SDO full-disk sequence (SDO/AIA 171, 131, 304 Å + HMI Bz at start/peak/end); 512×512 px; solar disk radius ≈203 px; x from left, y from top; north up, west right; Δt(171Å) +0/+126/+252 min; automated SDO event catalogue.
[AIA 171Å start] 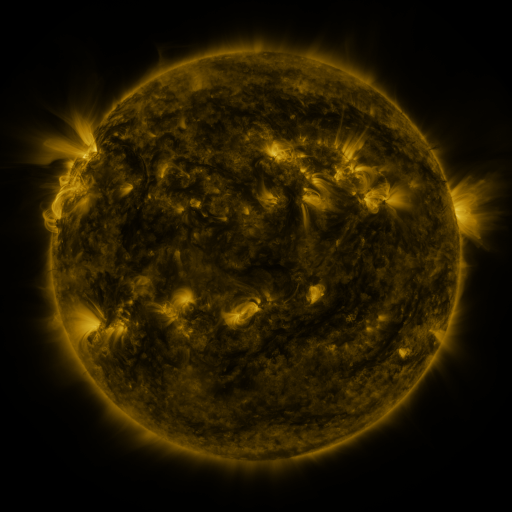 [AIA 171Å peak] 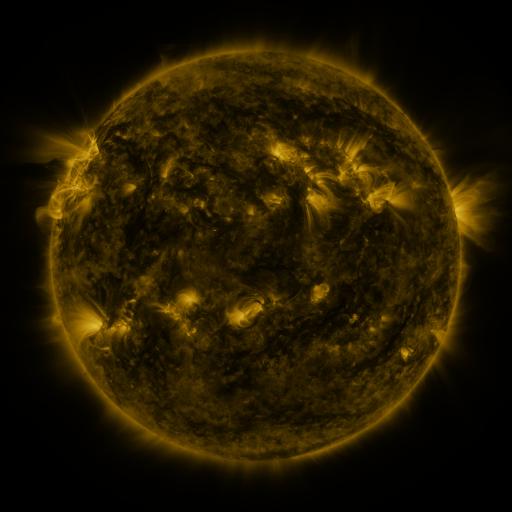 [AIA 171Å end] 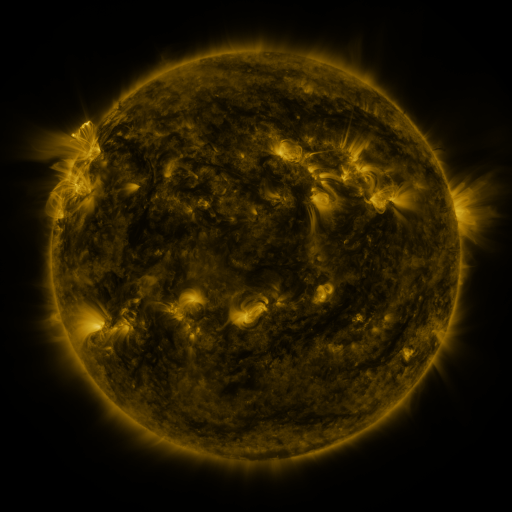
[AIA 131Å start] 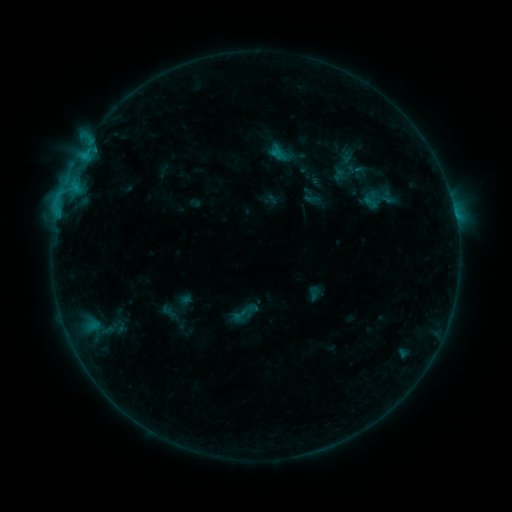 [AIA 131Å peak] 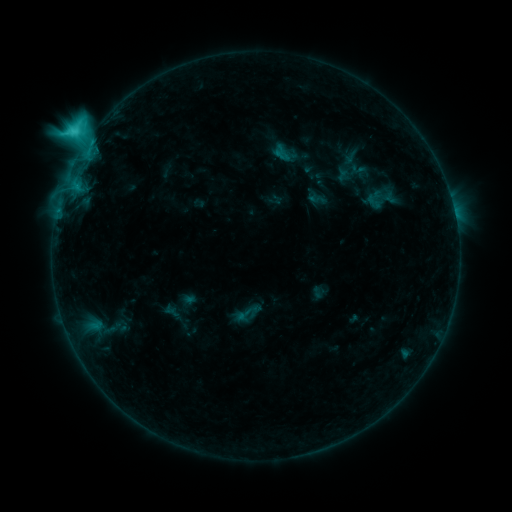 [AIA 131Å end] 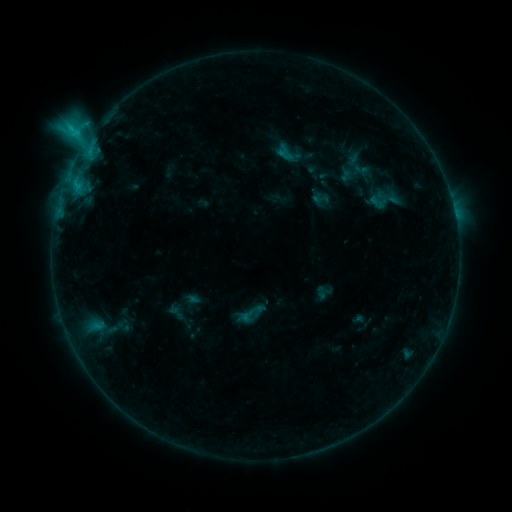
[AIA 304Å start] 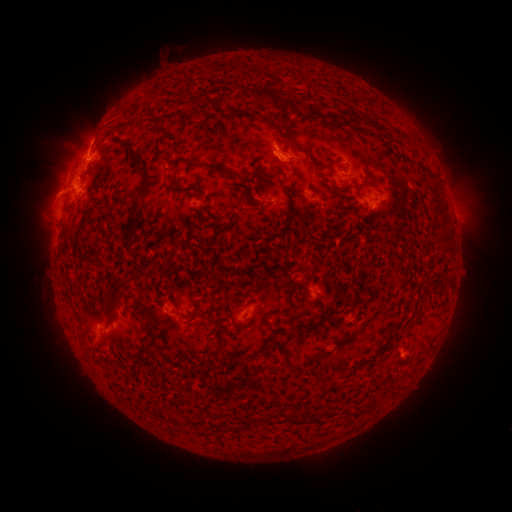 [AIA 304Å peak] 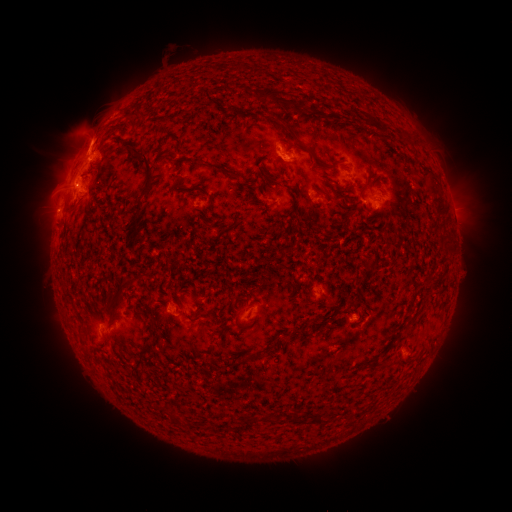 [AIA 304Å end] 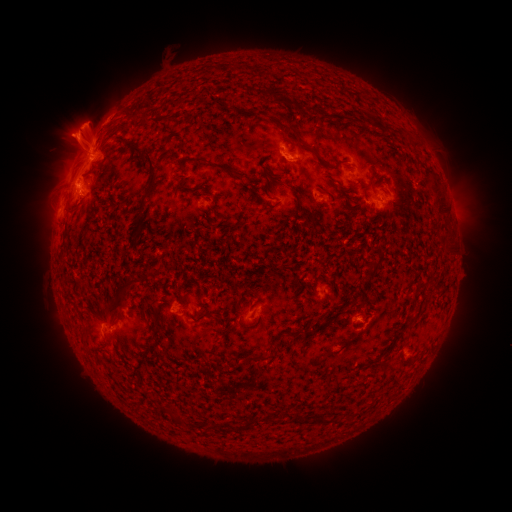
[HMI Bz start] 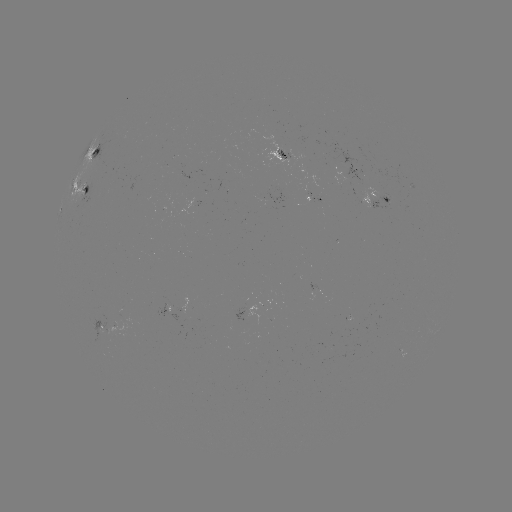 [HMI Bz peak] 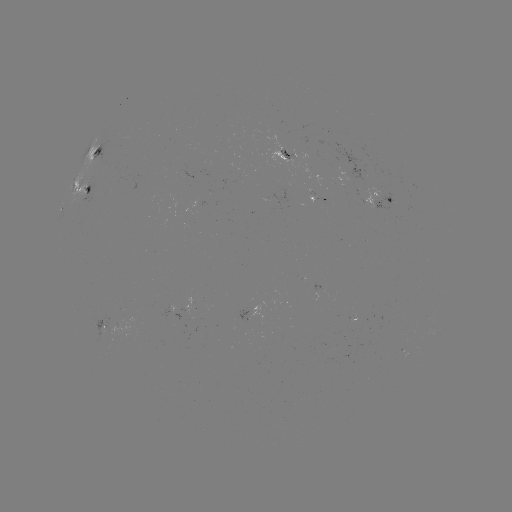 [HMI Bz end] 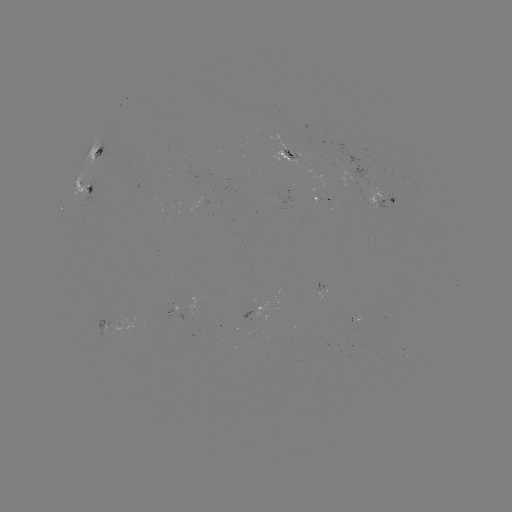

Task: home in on C6.5 flare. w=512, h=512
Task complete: [87, 141].